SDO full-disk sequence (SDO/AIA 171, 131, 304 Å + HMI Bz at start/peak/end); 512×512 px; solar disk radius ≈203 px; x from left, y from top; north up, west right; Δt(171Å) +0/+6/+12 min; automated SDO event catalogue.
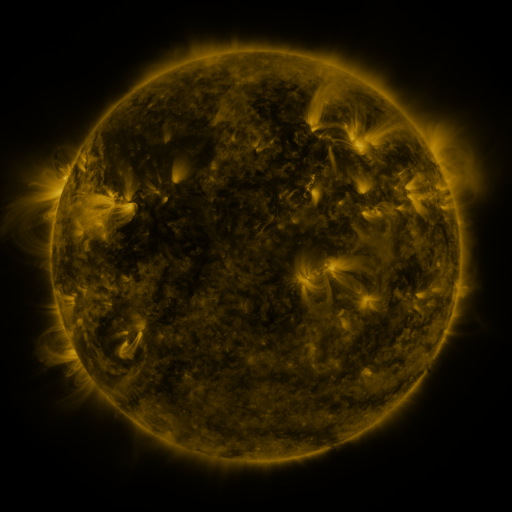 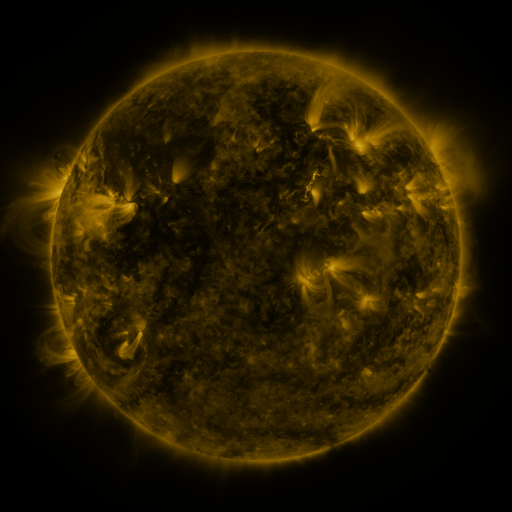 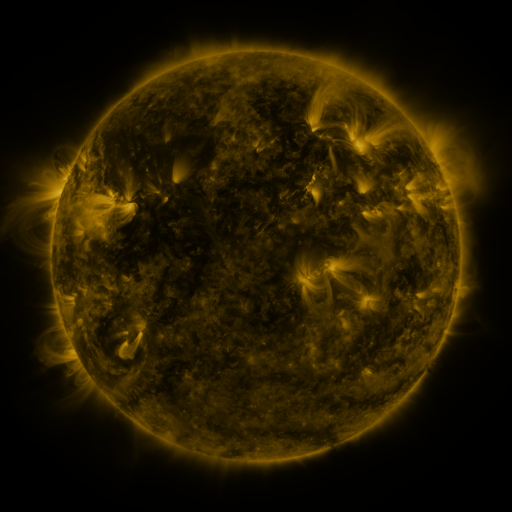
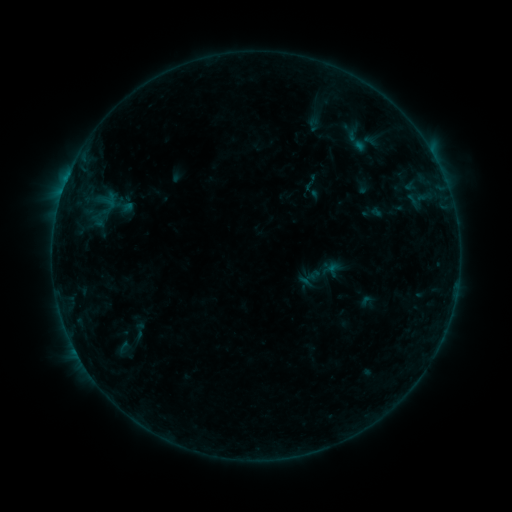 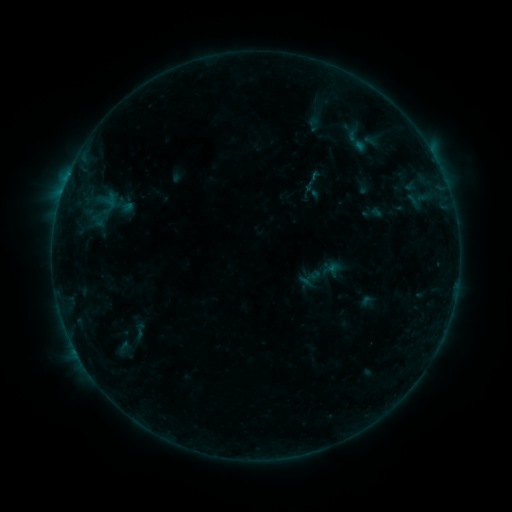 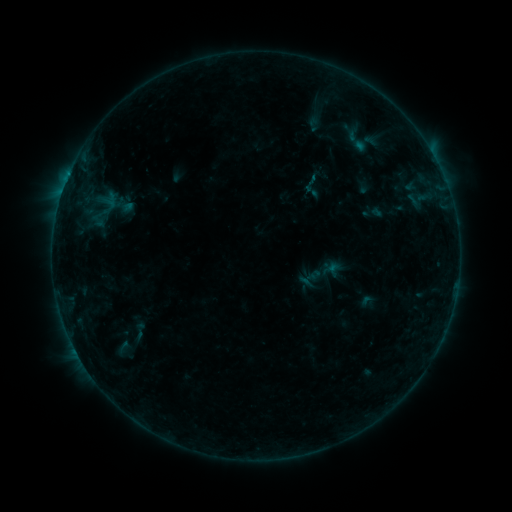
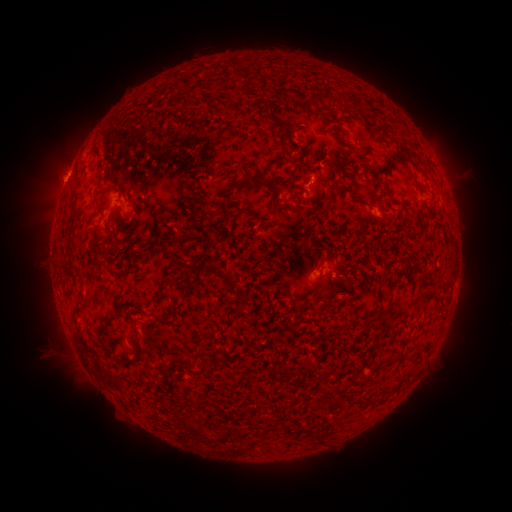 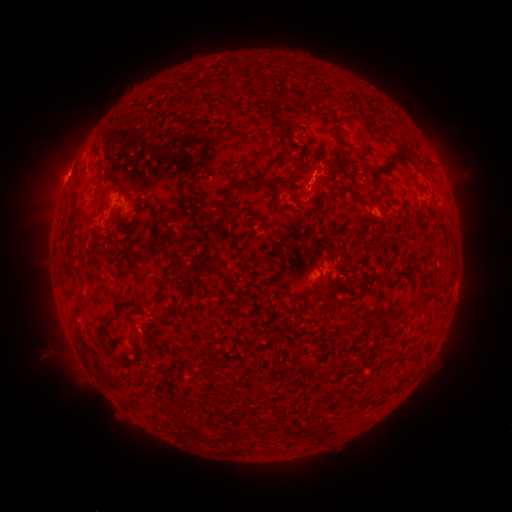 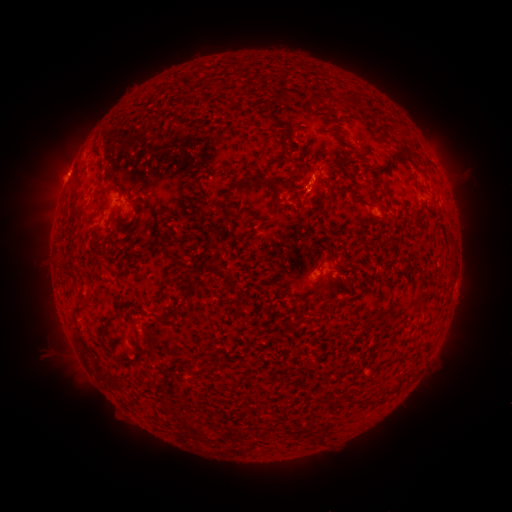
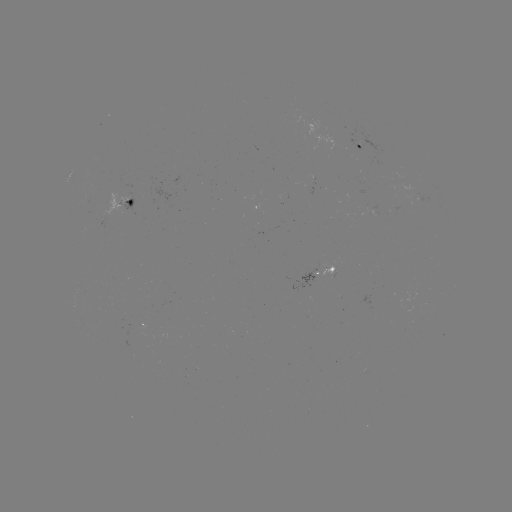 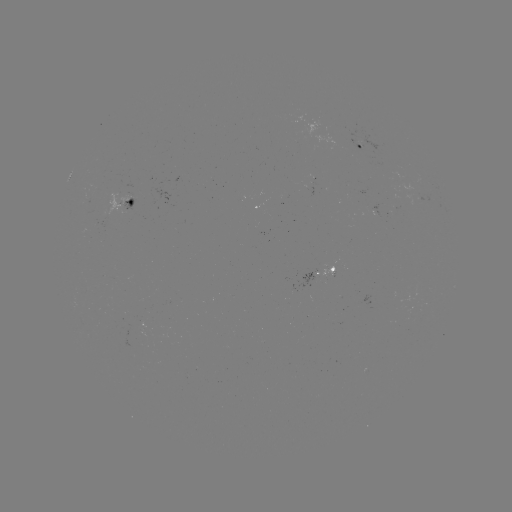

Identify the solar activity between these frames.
eruption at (315, 165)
